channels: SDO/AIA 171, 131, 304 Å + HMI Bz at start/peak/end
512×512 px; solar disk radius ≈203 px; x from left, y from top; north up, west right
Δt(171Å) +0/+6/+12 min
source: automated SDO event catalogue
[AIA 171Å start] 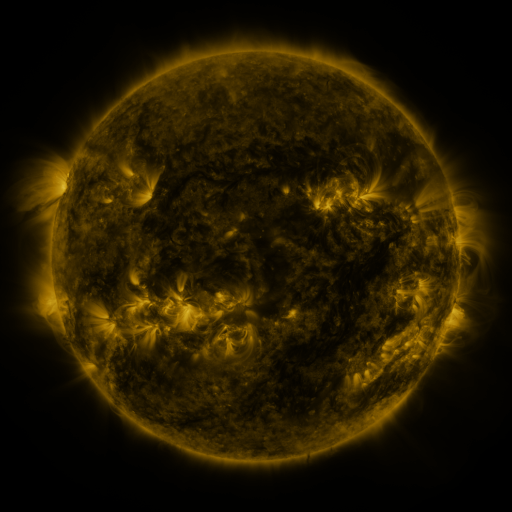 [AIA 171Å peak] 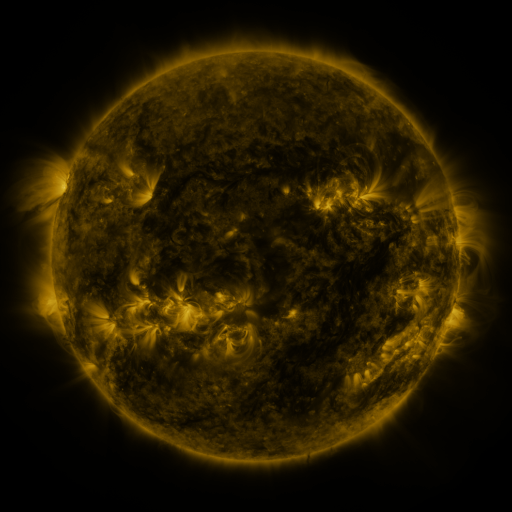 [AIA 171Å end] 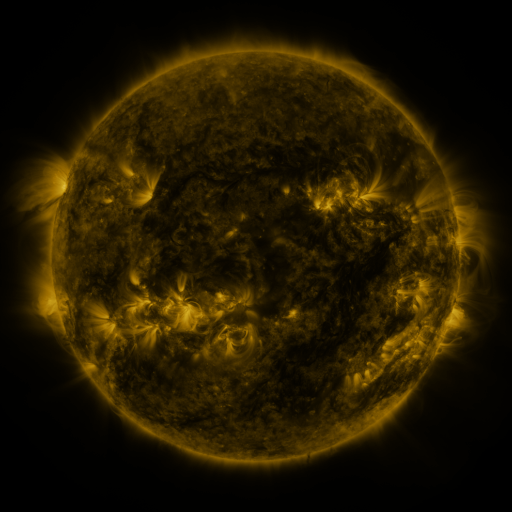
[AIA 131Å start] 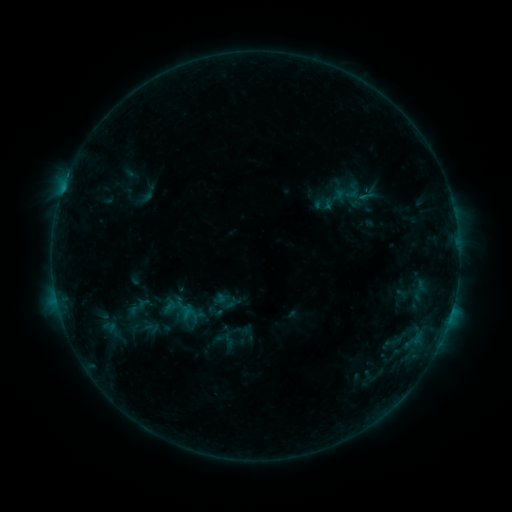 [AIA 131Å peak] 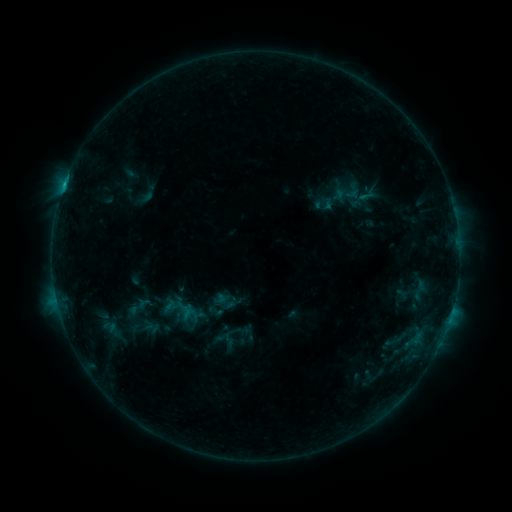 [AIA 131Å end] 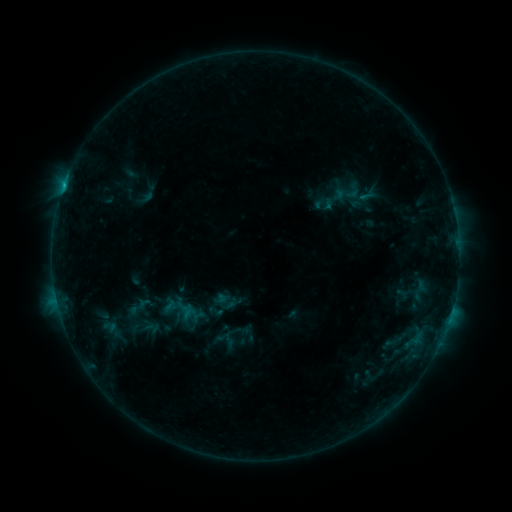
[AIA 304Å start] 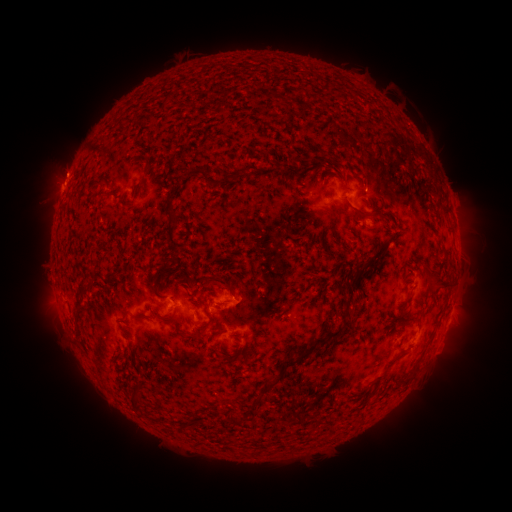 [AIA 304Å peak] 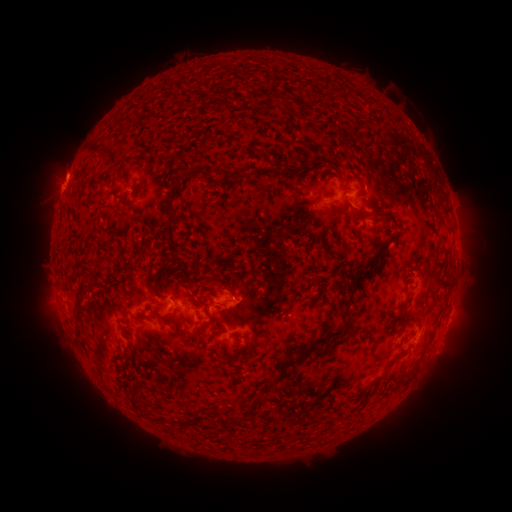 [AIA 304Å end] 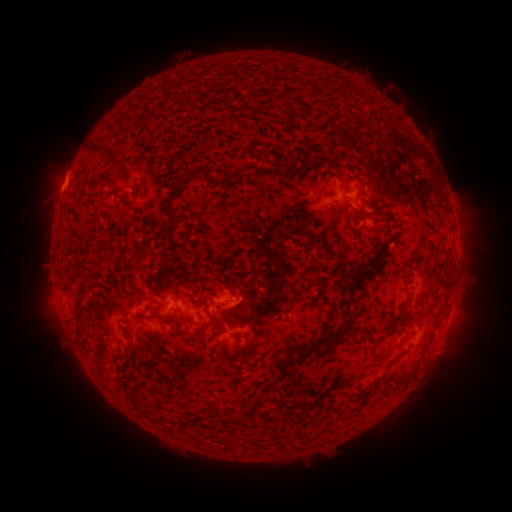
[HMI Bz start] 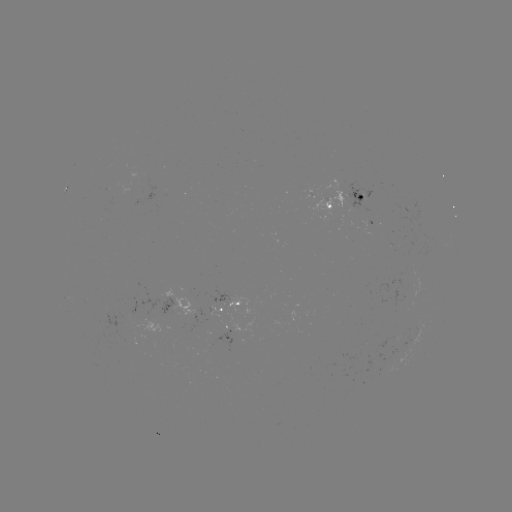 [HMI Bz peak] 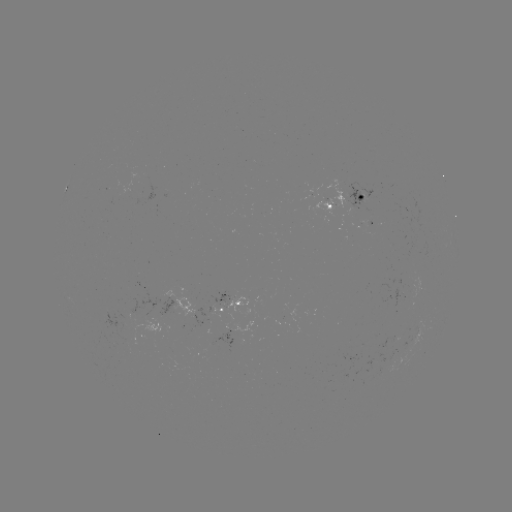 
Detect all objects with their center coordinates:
eruption: (67, 171)
